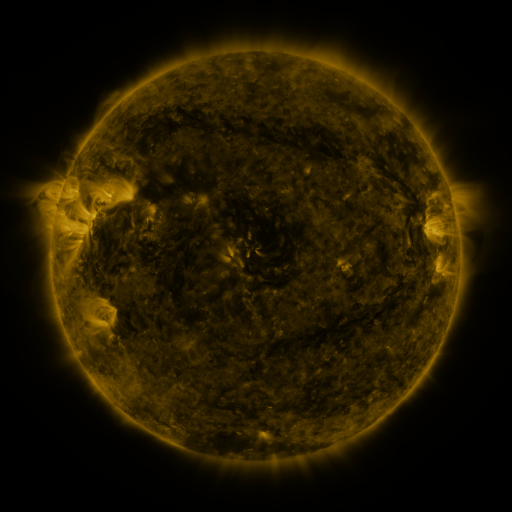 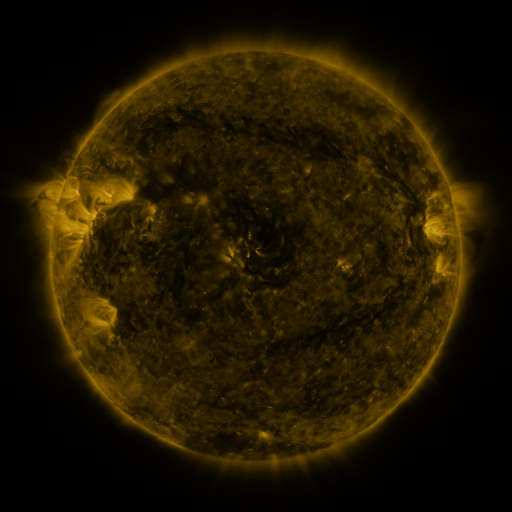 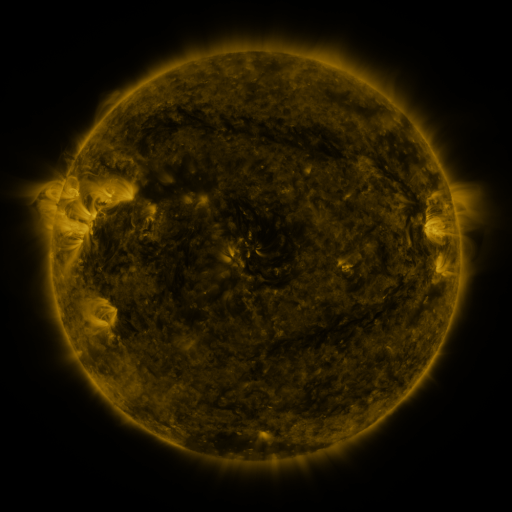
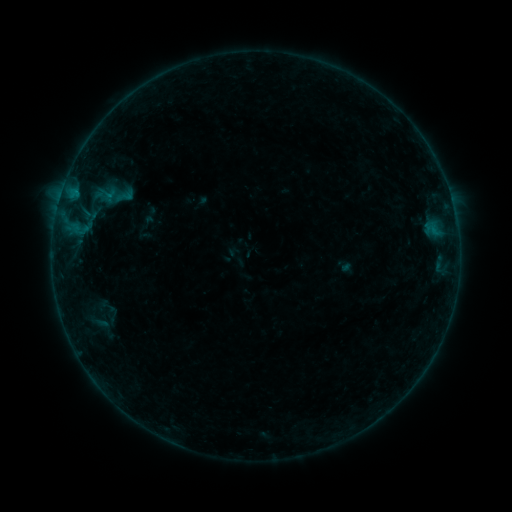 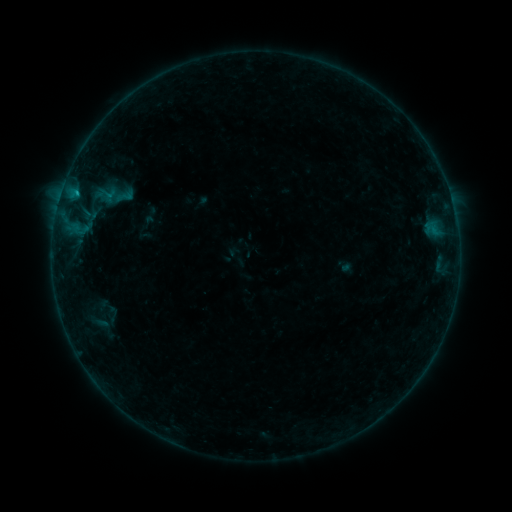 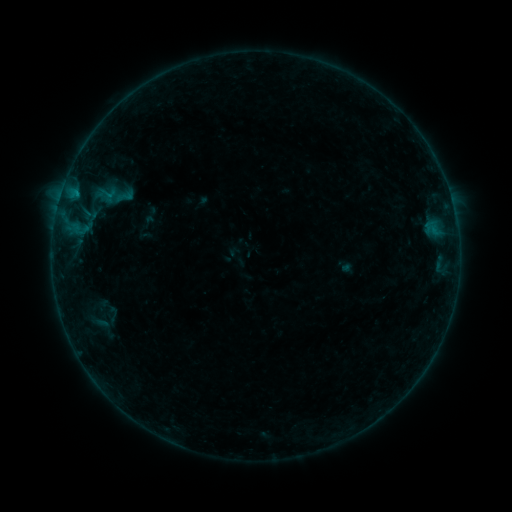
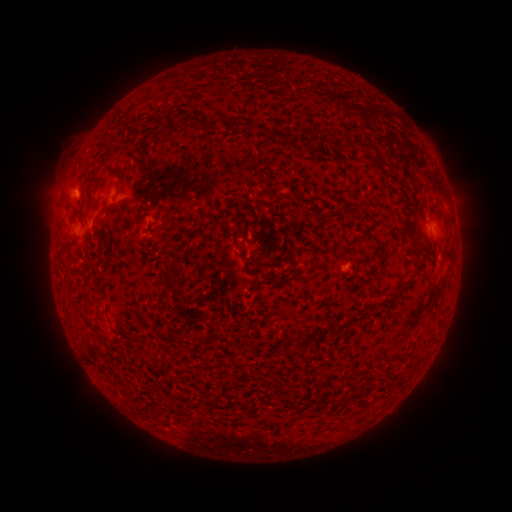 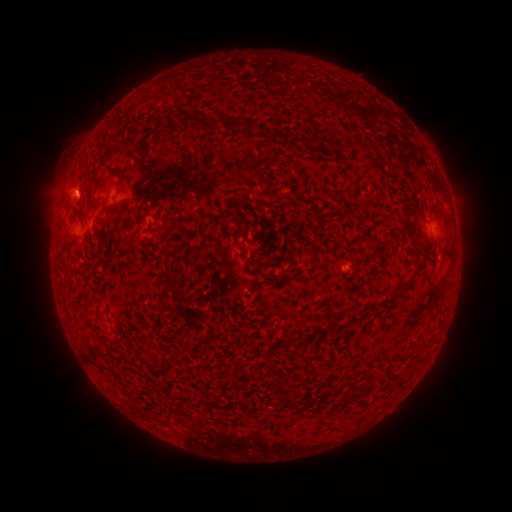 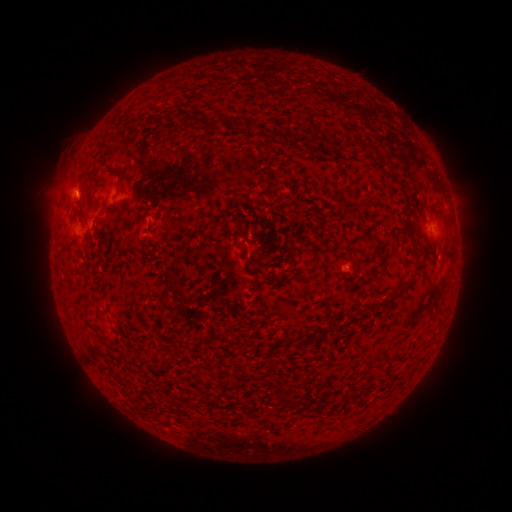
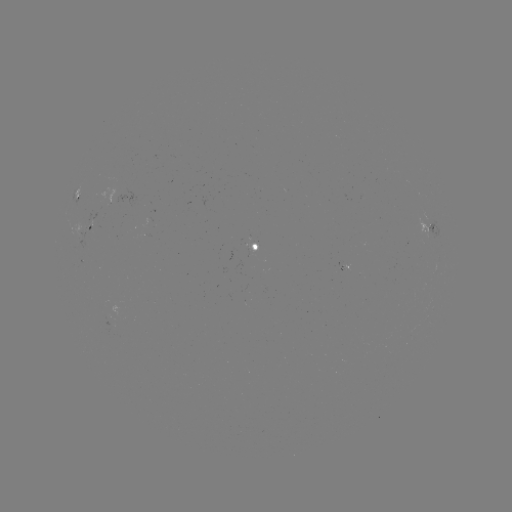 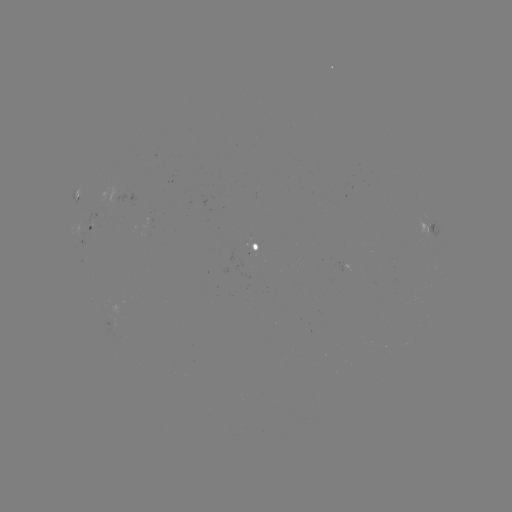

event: flare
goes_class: B3.5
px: (77, 193)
